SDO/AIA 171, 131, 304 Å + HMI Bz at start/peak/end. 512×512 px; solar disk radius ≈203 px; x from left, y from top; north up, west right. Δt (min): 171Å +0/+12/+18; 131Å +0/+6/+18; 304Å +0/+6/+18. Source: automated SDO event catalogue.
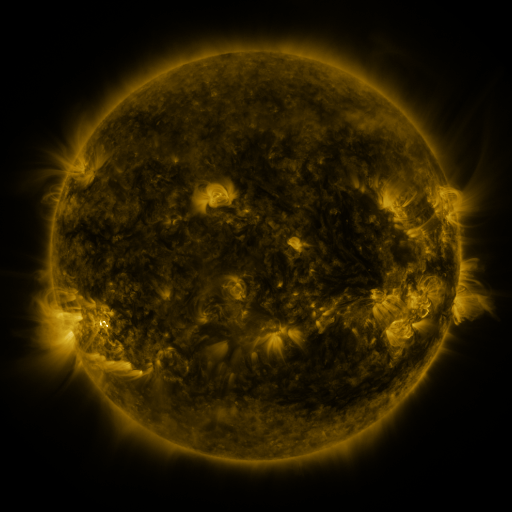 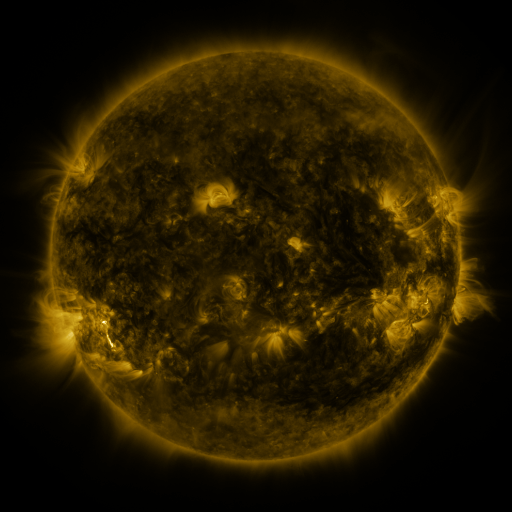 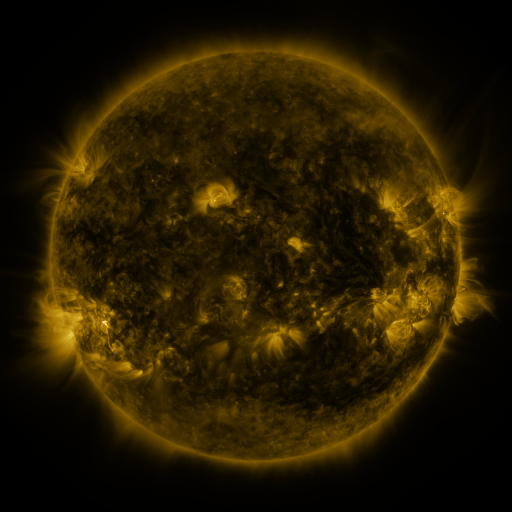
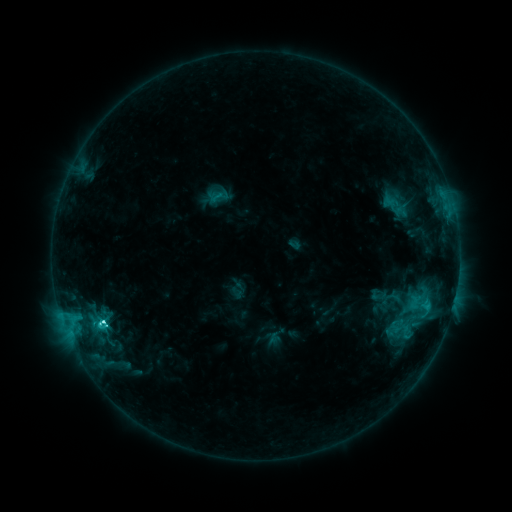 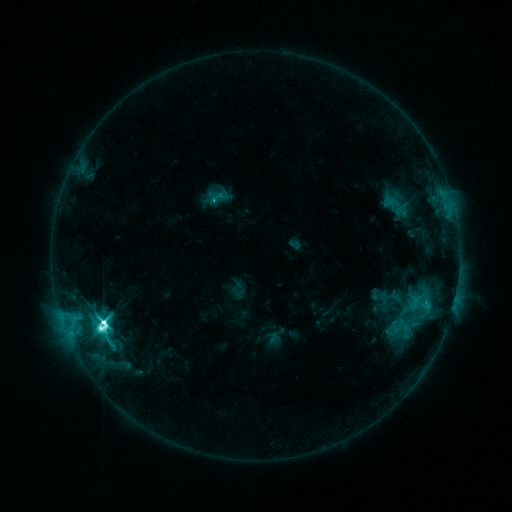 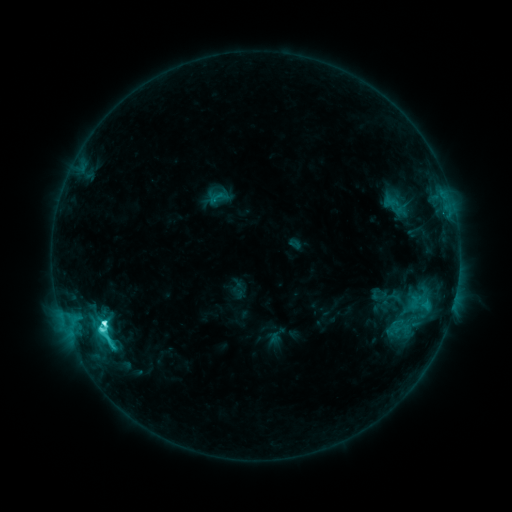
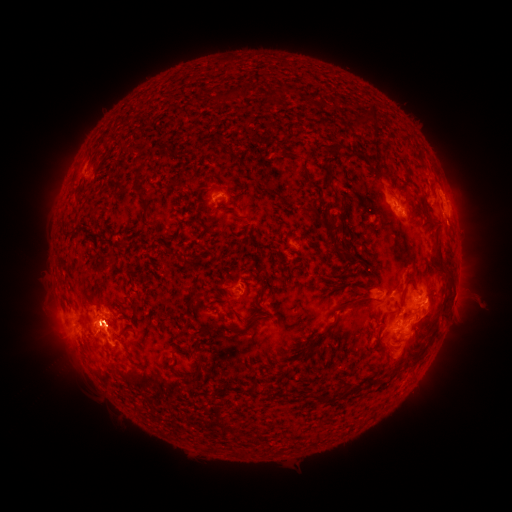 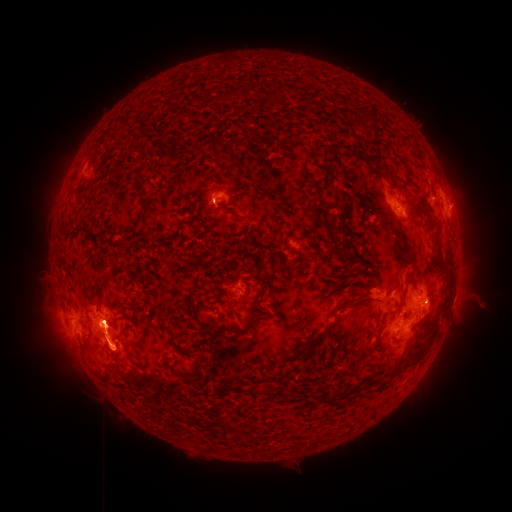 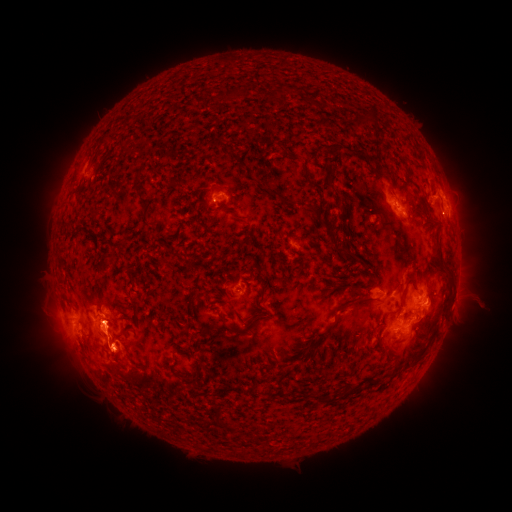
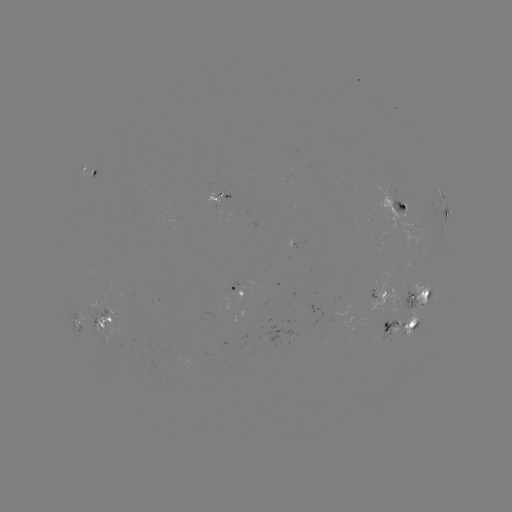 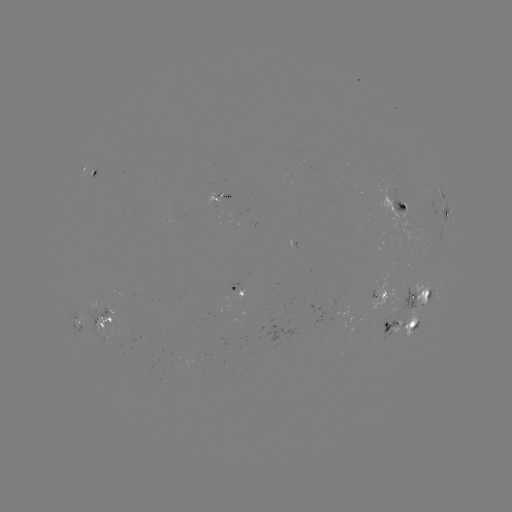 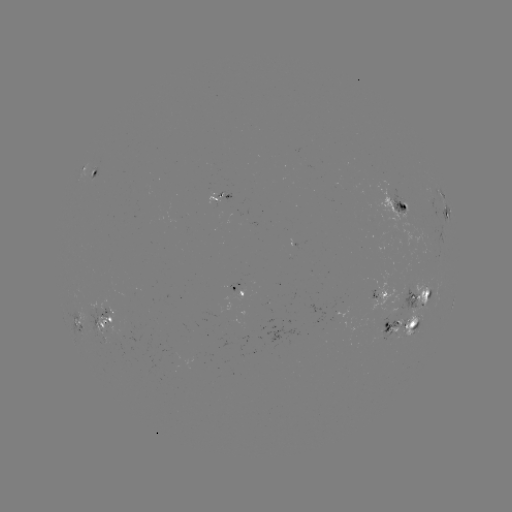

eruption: (80, 320, 161, 409)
